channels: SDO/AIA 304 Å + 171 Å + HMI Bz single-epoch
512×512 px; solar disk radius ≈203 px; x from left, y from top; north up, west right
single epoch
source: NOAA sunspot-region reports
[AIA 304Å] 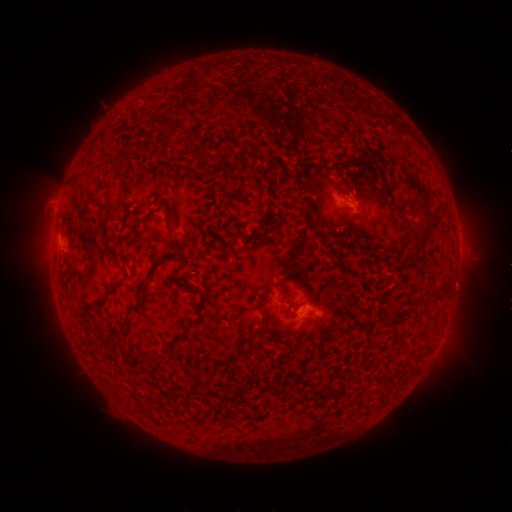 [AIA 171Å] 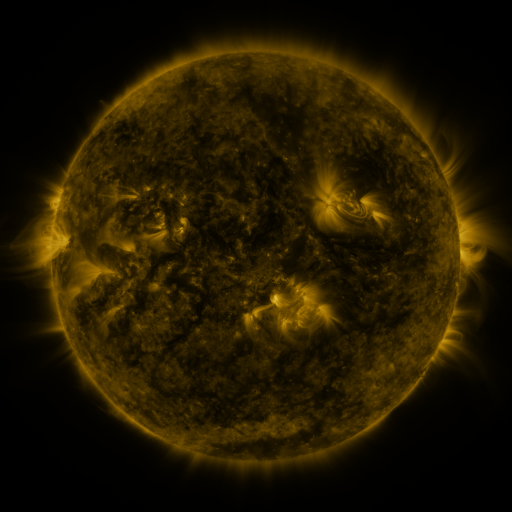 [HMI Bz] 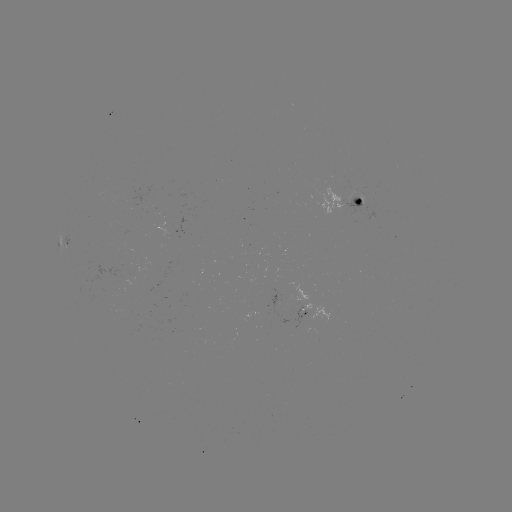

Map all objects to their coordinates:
spotted active region: (353, 202)
spotted active region: (64, 241)
spotted active region: (308, 306)
